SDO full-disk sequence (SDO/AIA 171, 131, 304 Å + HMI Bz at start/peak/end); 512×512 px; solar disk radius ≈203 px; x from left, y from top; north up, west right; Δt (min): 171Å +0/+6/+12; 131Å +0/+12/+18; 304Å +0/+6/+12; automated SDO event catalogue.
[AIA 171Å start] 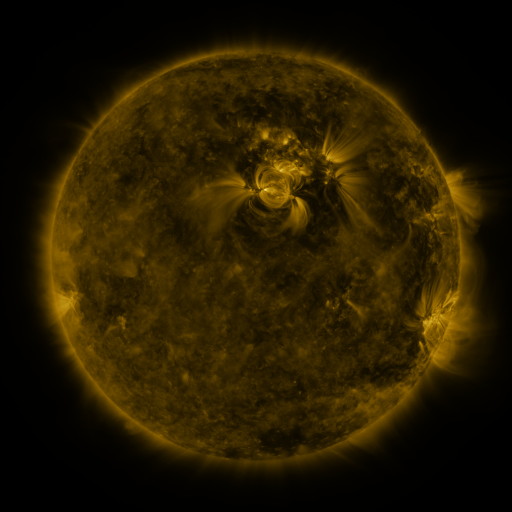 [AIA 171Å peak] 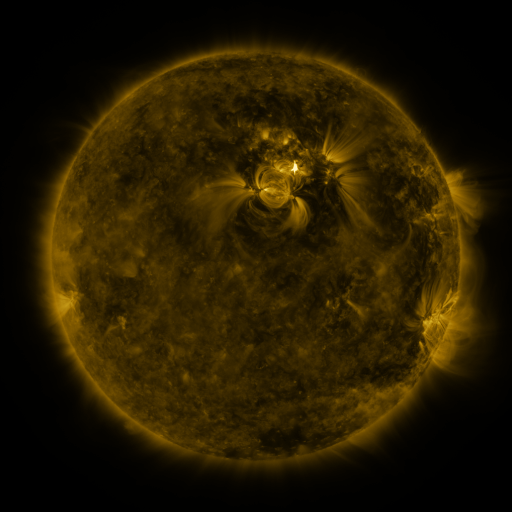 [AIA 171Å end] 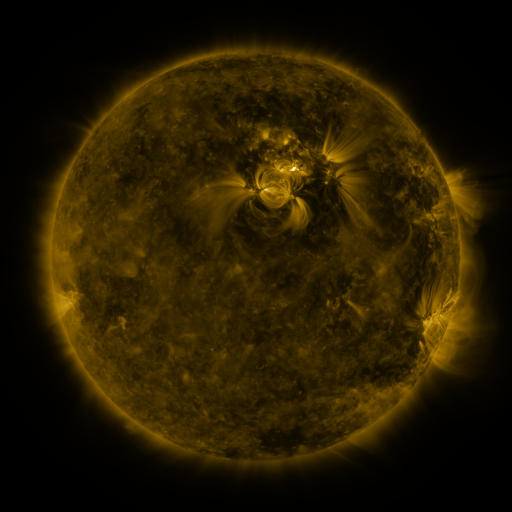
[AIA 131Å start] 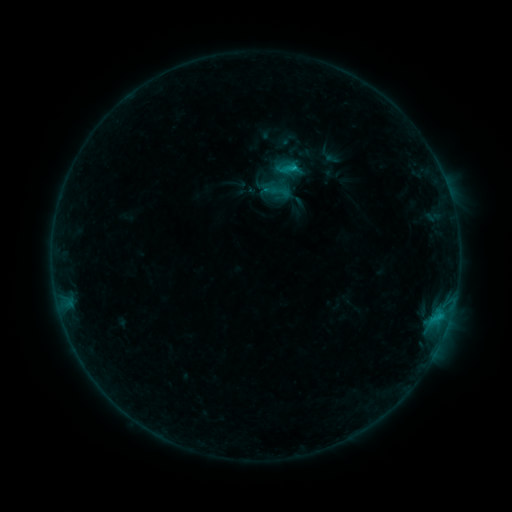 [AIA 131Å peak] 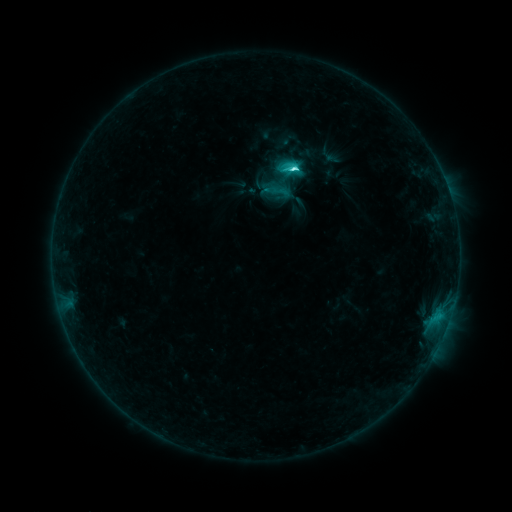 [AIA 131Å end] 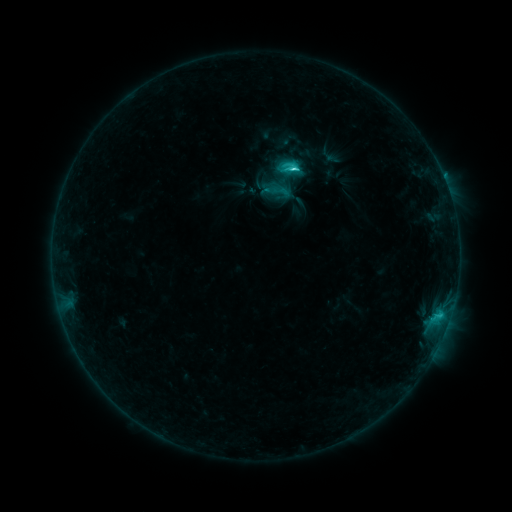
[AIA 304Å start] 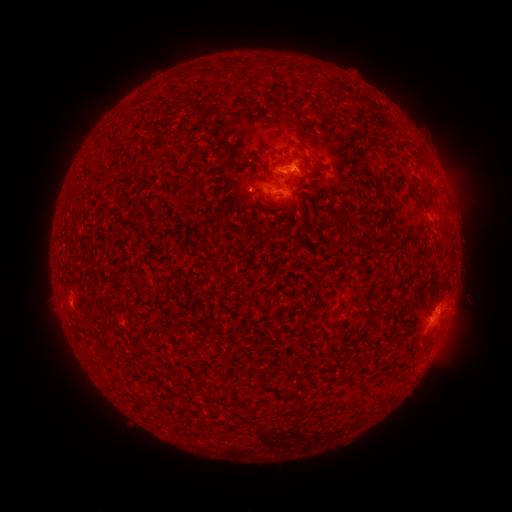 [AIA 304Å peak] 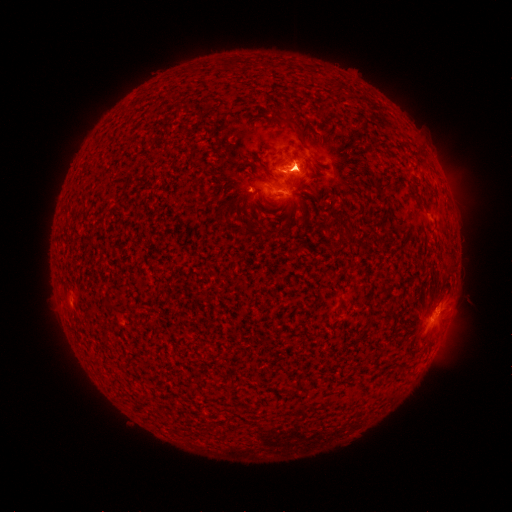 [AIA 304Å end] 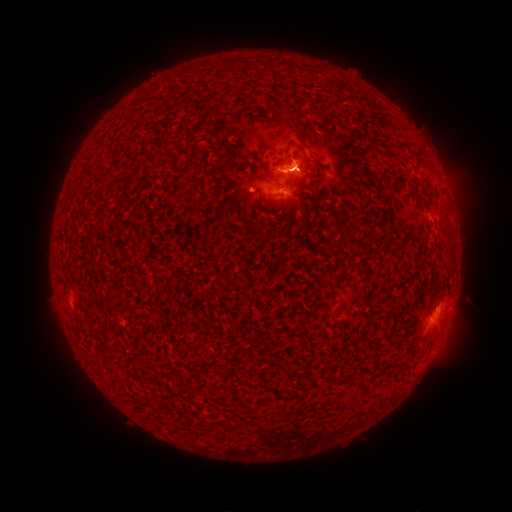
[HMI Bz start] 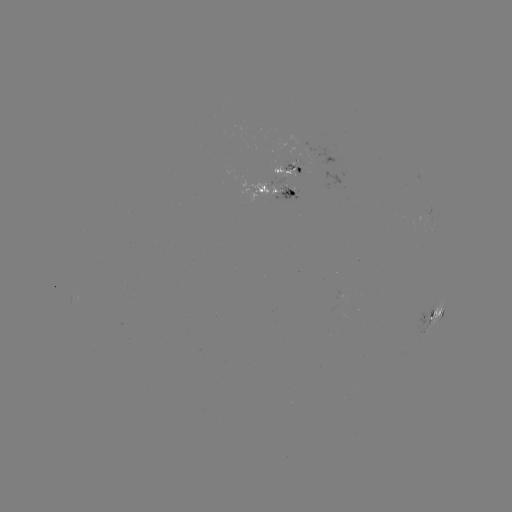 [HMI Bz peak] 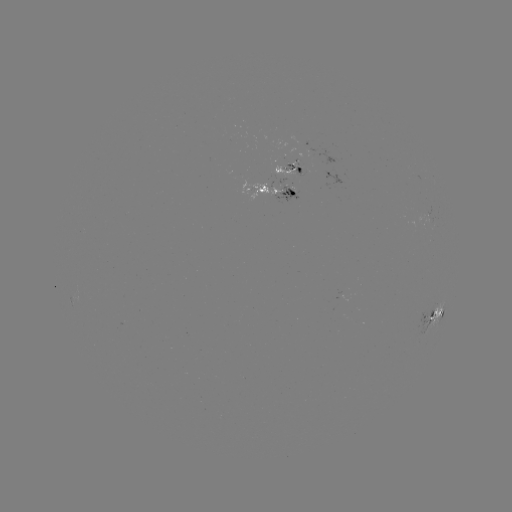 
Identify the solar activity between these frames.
eruption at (438, 336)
